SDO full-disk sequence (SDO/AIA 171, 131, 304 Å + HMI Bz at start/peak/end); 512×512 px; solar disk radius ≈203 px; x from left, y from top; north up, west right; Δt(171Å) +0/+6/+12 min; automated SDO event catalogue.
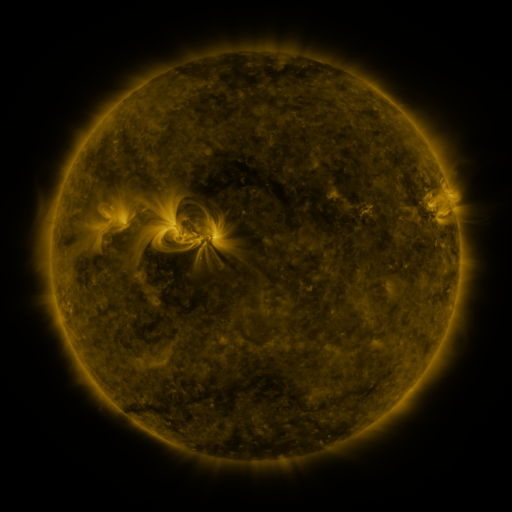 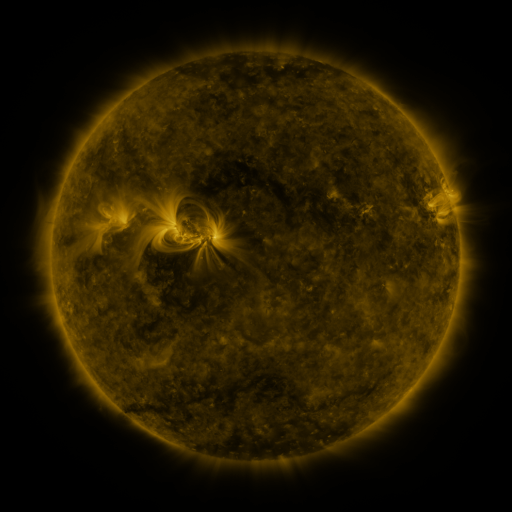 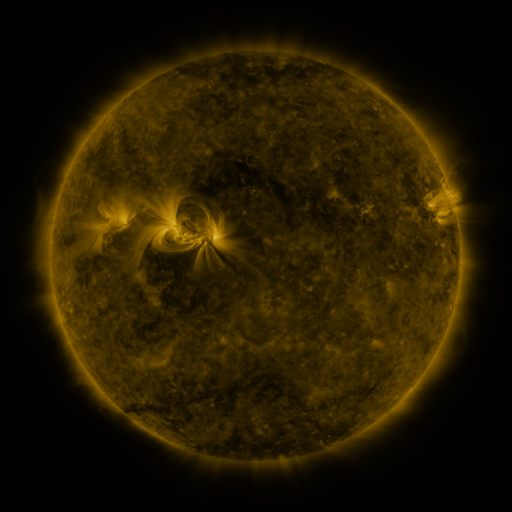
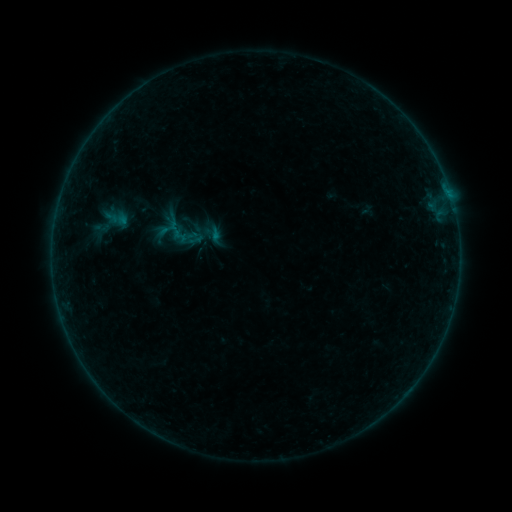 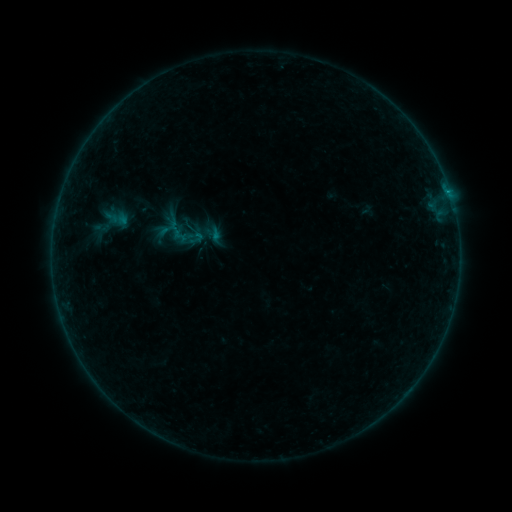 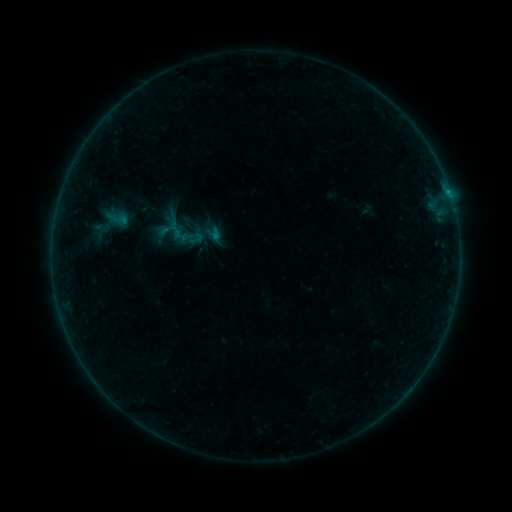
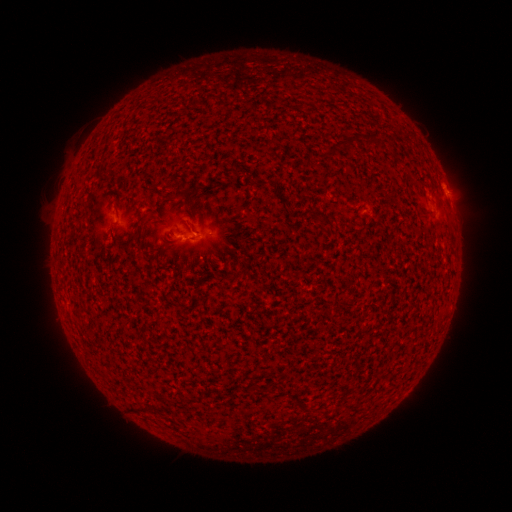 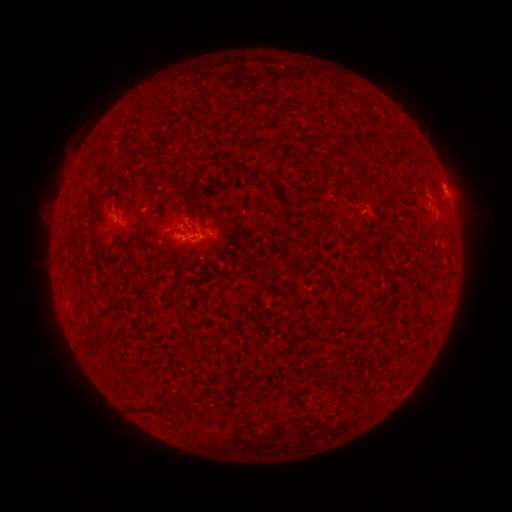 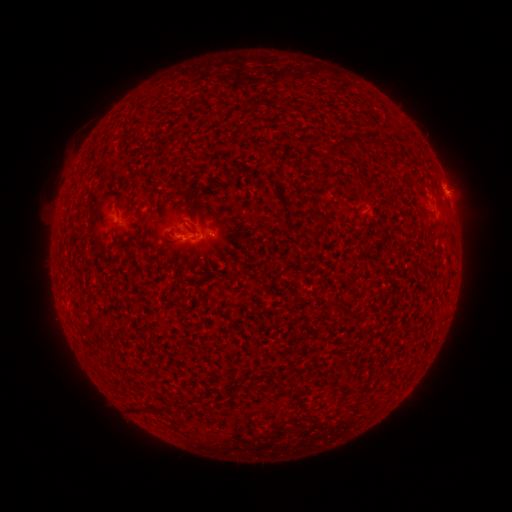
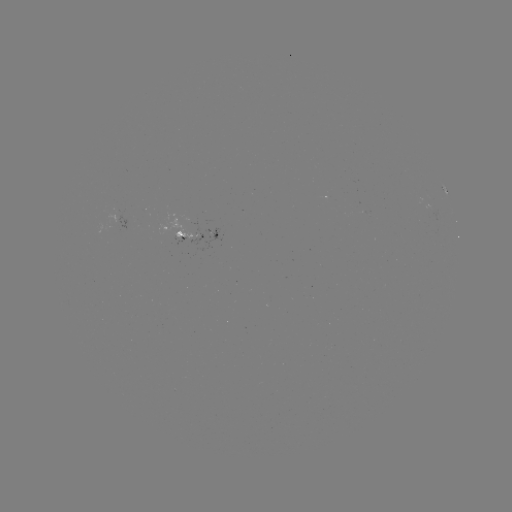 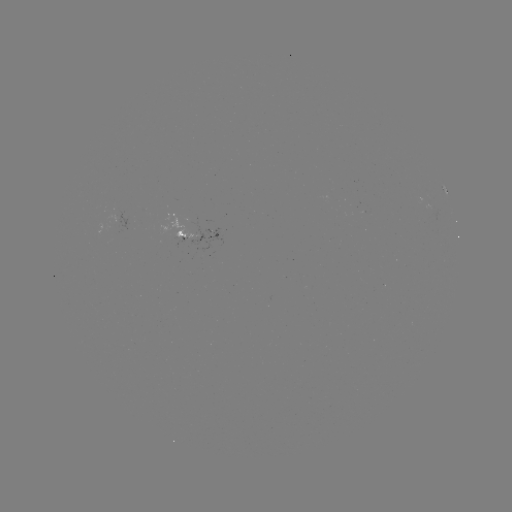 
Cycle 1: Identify B3.0 flare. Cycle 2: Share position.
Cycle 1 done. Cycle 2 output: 448,193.